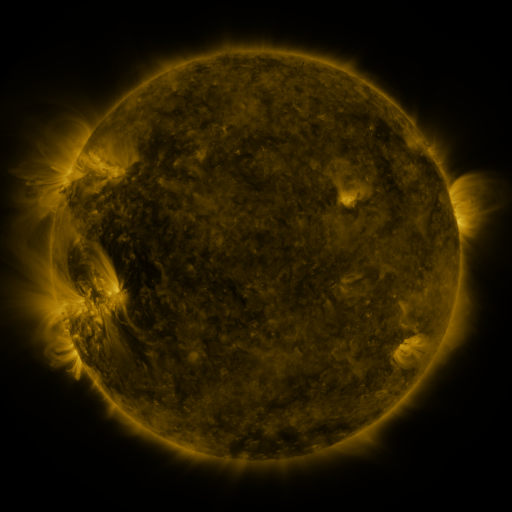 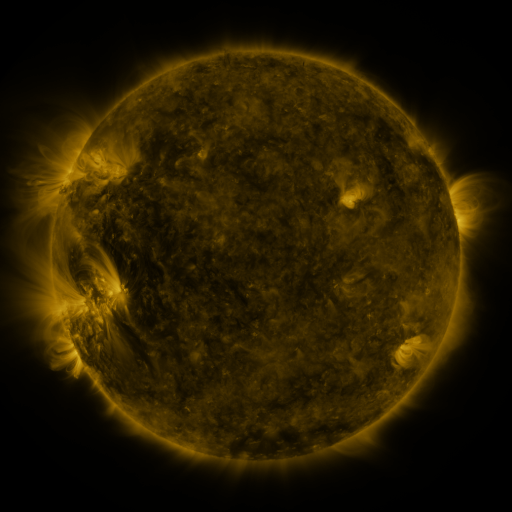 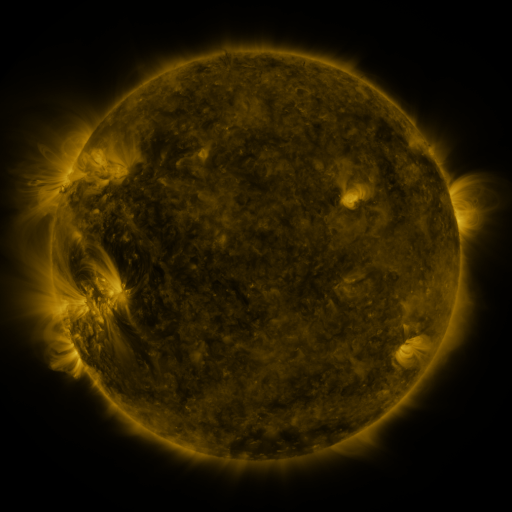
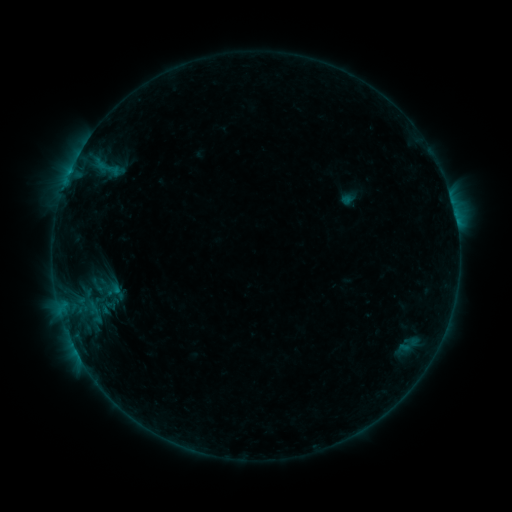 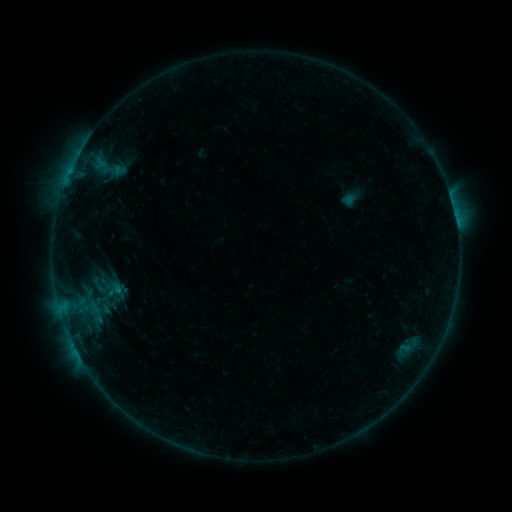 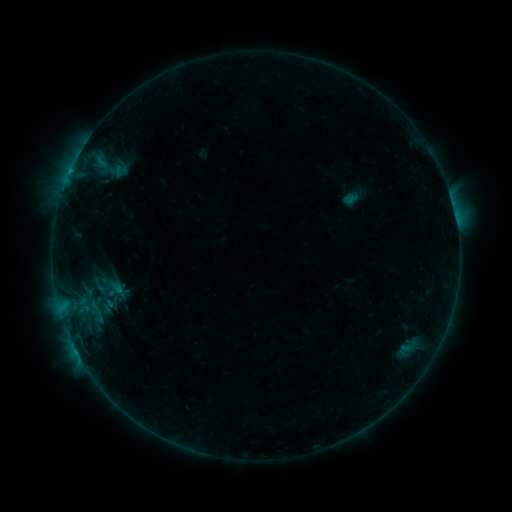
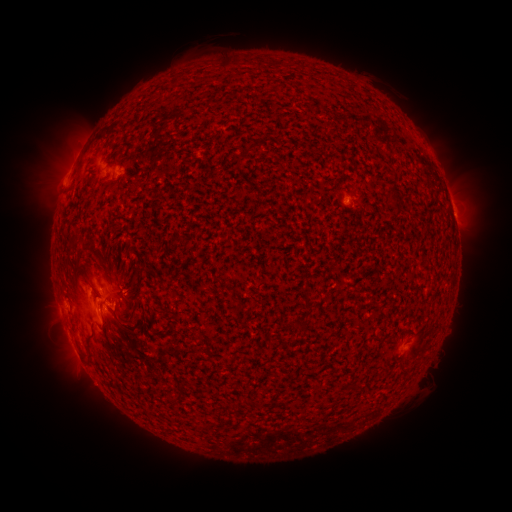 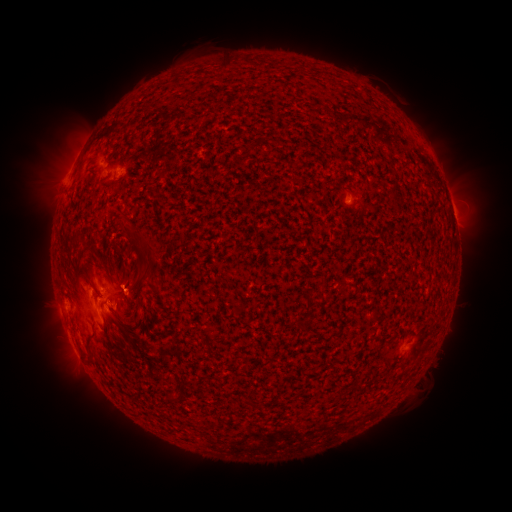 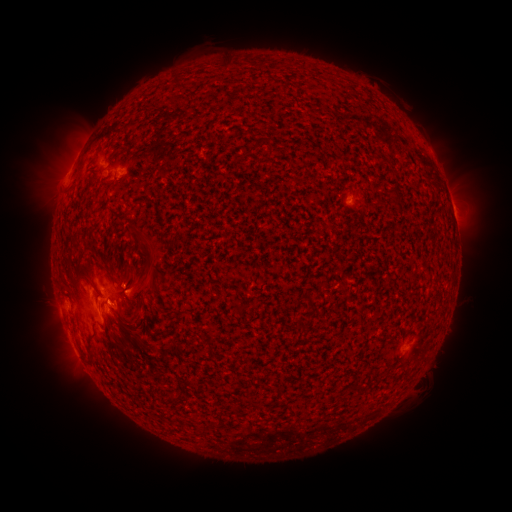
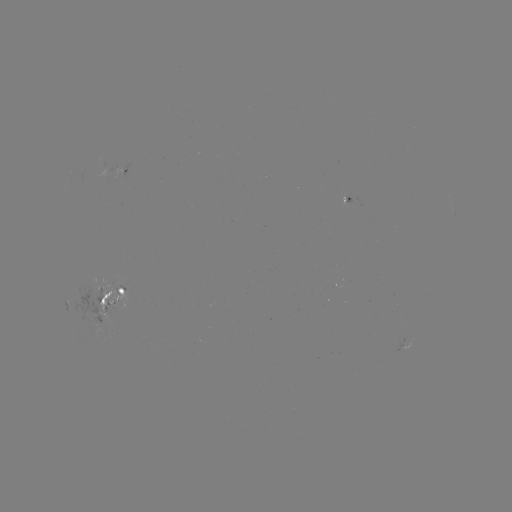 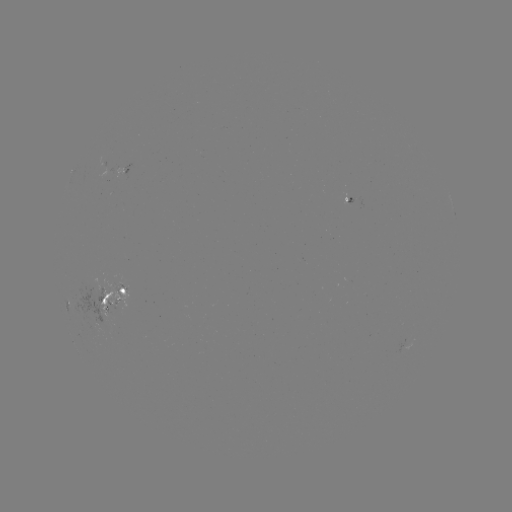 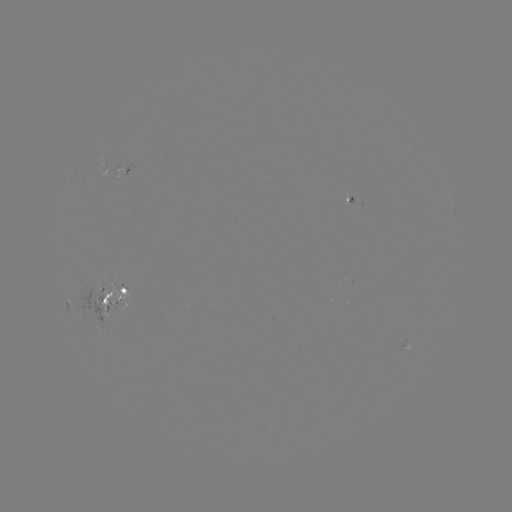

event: emerging-flux region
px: (113, 302)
